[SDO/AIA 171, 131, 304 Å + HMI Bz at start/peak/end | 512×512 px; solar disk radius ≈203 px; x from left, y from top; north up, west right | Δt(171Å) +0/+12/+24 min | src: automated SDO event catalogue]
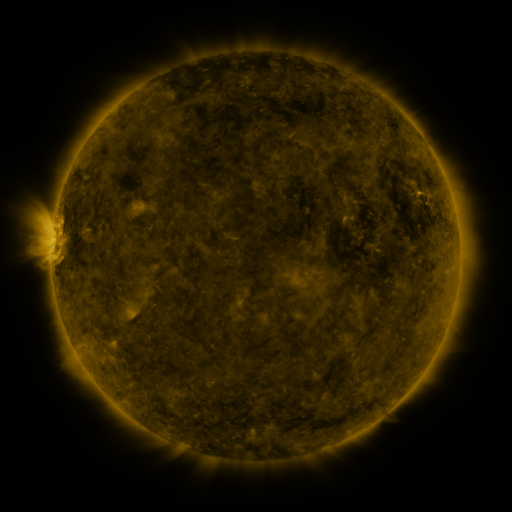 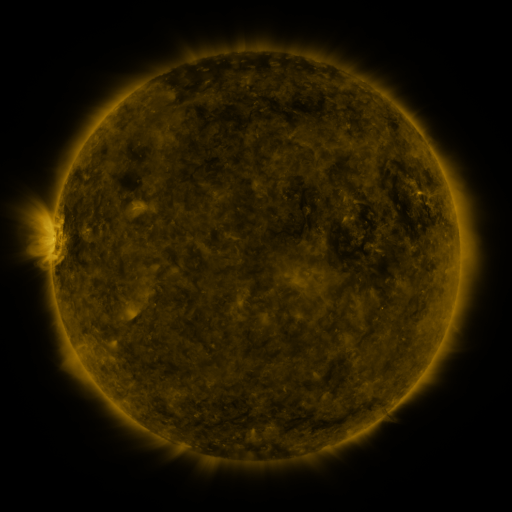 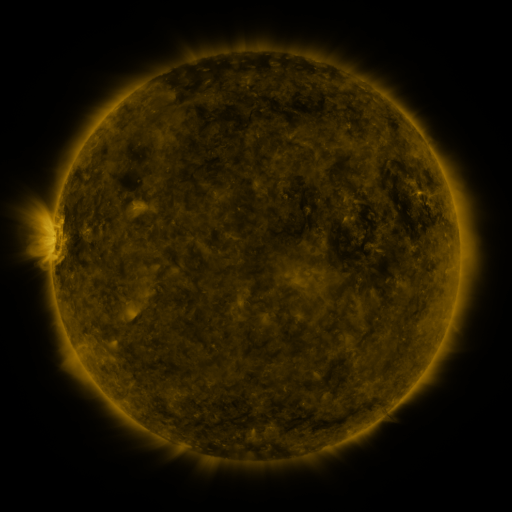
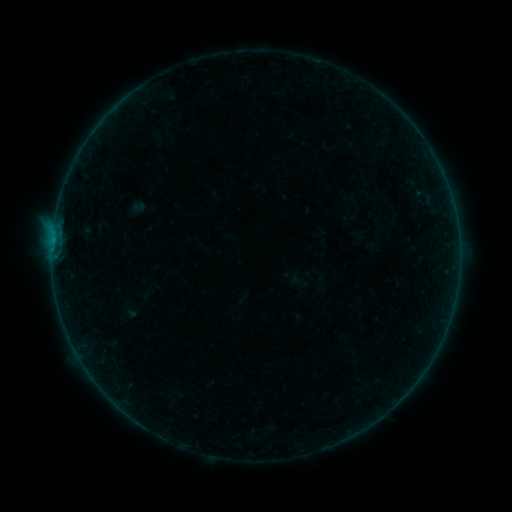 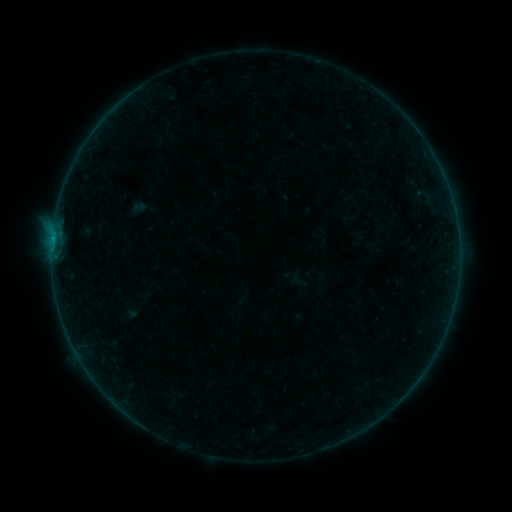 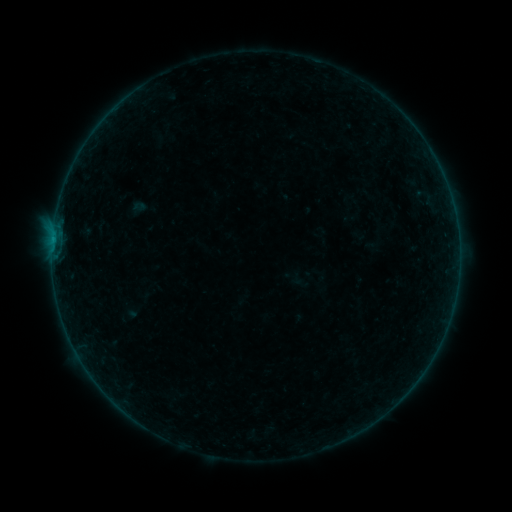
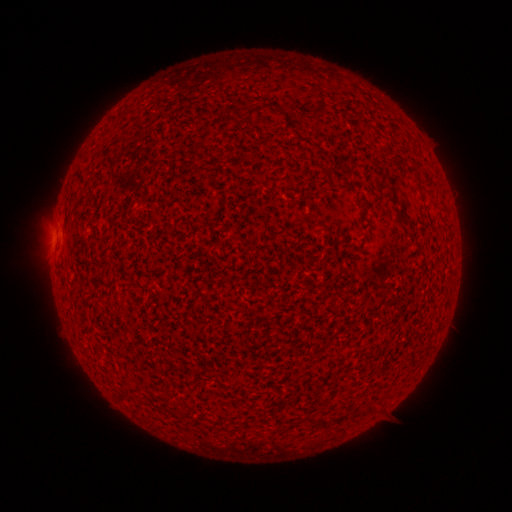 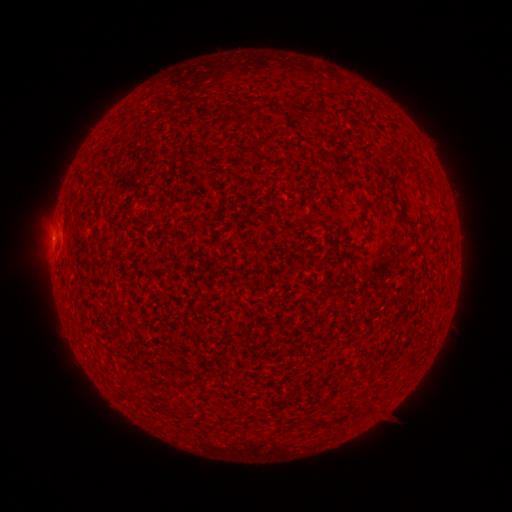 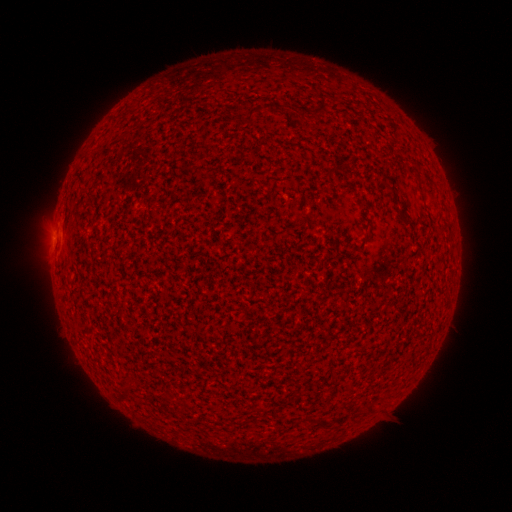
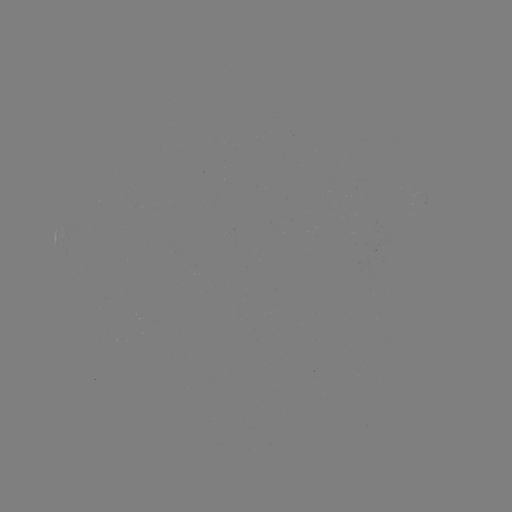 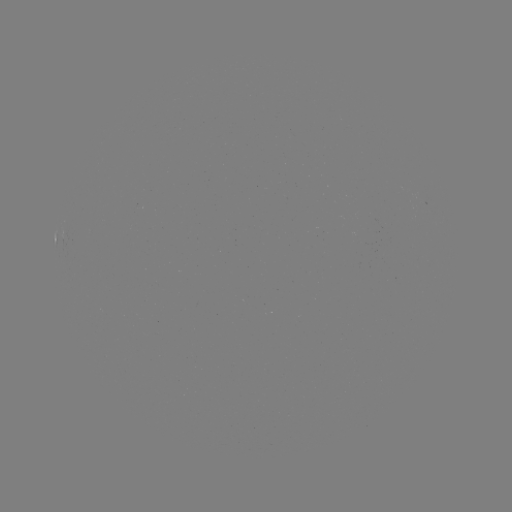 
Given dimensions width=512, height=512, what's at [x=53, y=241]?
A9.7 flare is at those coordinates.